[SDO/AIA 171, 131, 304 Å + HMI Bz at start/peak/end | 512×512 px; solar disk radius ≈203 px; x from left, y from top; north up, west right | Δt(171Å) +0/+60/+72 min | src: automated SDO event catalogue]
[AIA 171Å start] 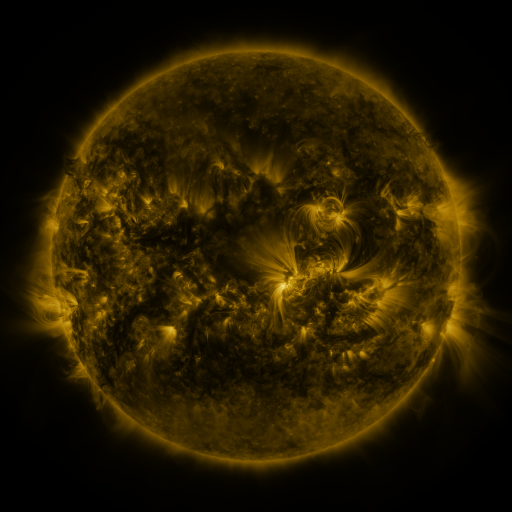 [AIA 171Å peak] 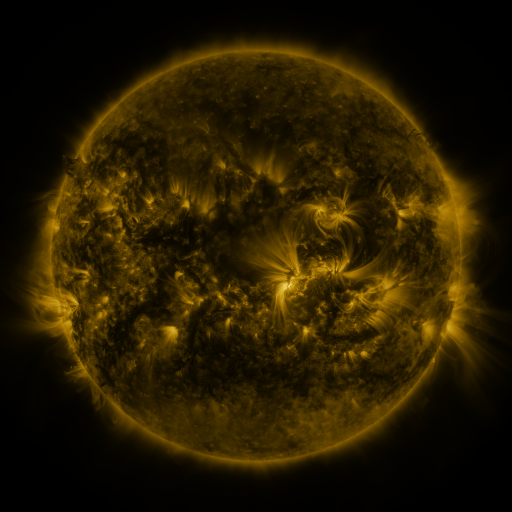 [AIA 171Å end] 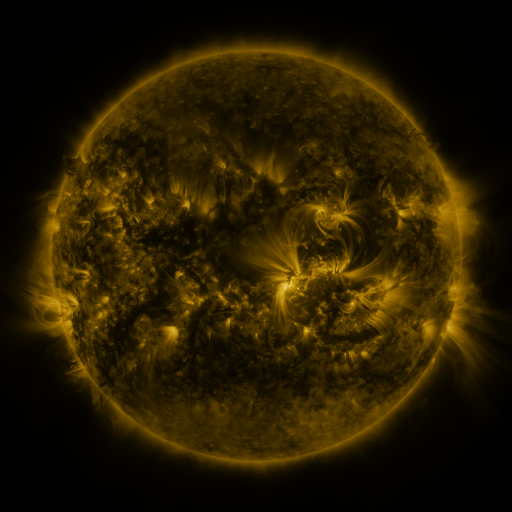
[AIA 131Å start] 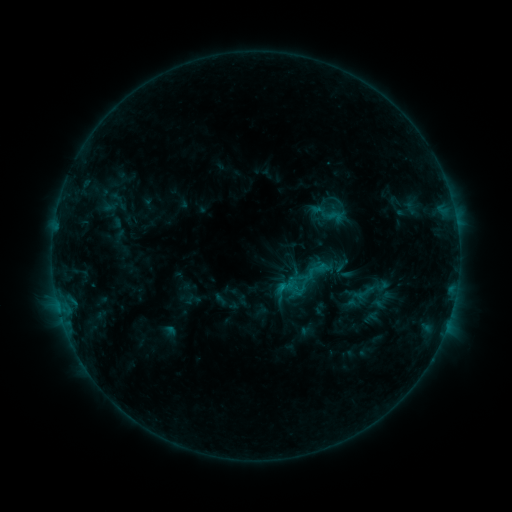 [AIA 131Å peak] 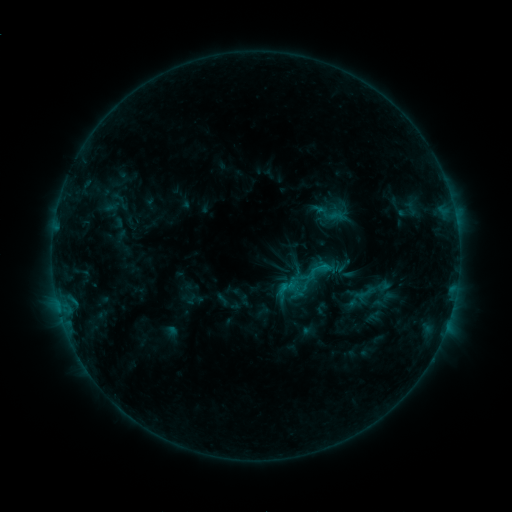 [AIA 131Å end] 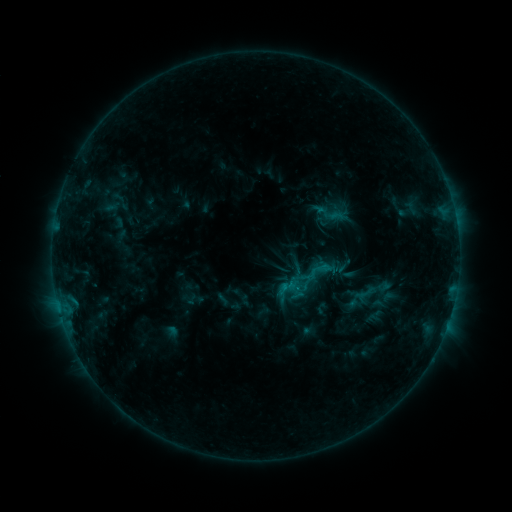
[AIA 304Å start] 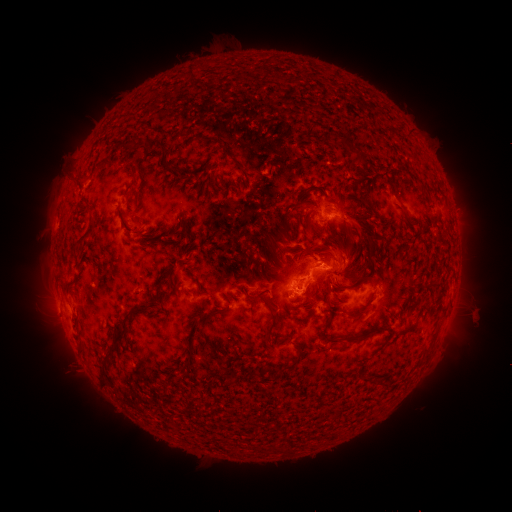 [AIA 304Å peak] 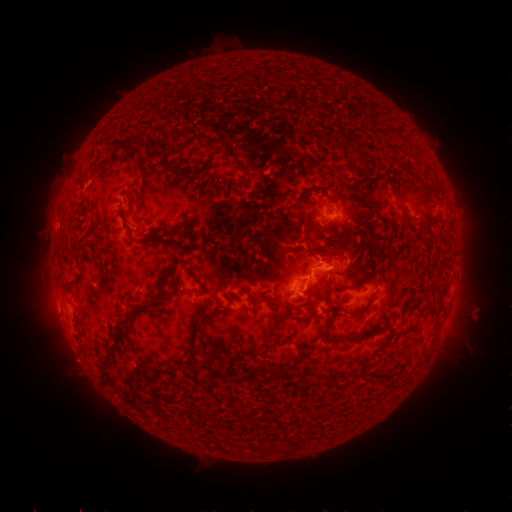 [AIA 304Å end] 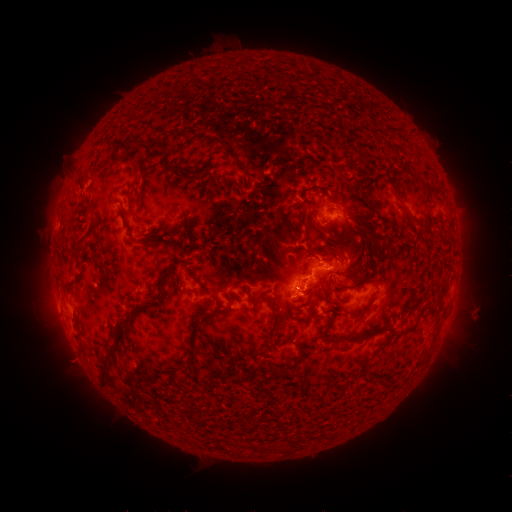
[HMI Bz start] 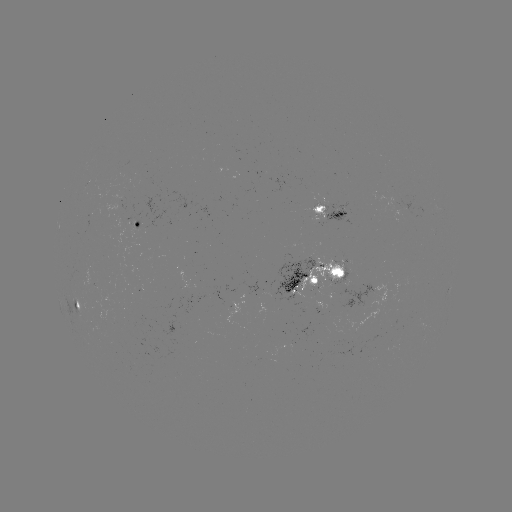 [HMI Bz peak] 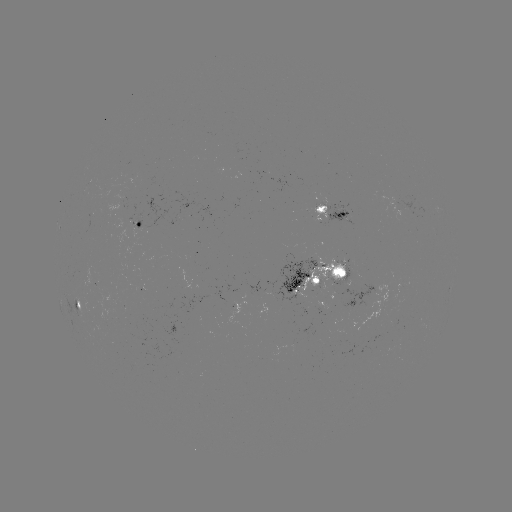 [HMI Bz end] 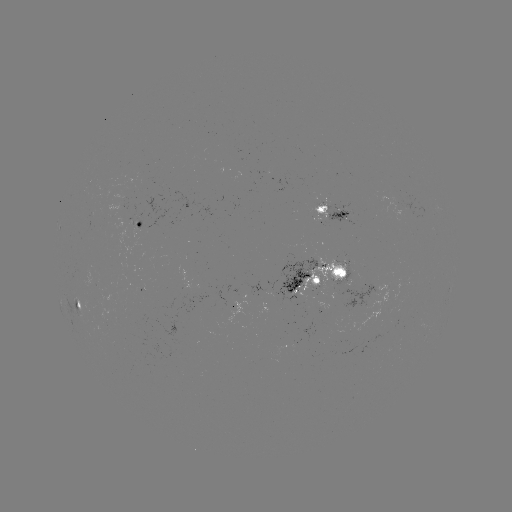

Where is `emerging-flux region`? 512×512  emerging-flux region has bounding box [340, 283, 379, 309].